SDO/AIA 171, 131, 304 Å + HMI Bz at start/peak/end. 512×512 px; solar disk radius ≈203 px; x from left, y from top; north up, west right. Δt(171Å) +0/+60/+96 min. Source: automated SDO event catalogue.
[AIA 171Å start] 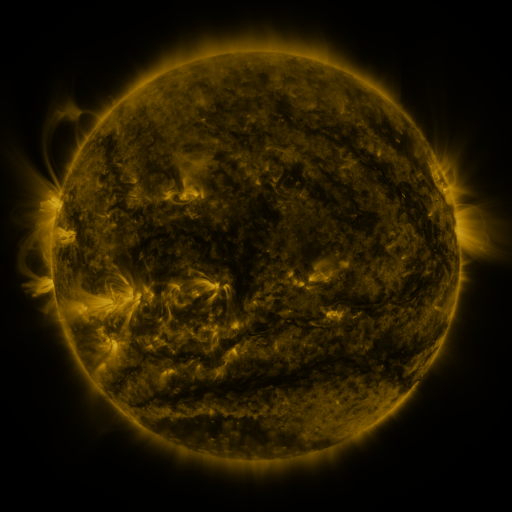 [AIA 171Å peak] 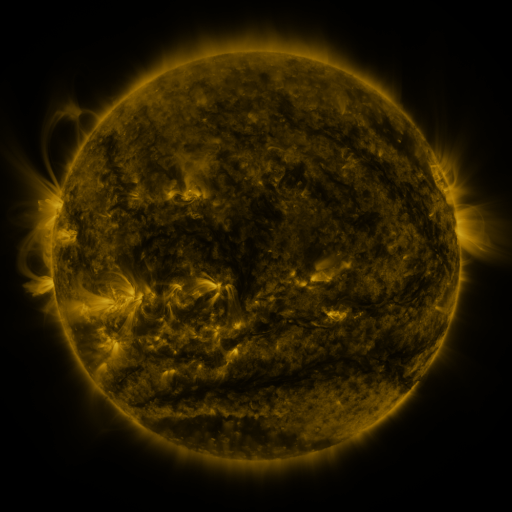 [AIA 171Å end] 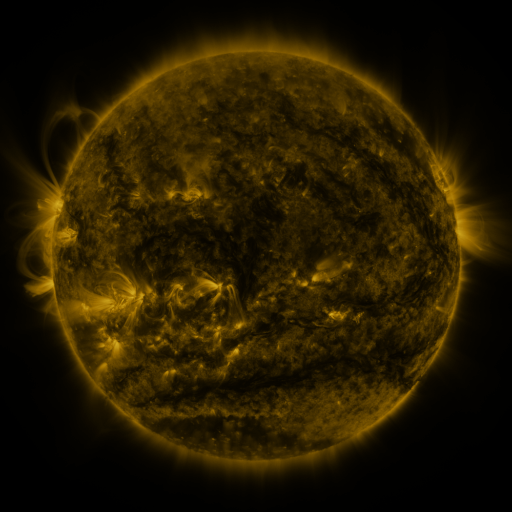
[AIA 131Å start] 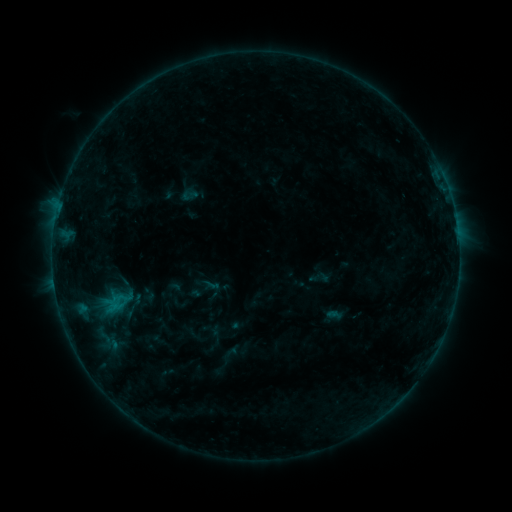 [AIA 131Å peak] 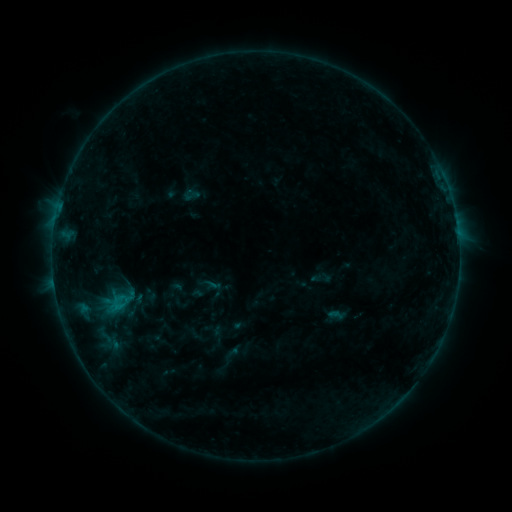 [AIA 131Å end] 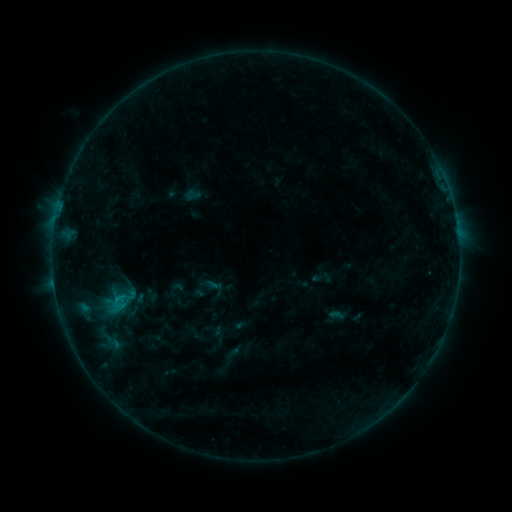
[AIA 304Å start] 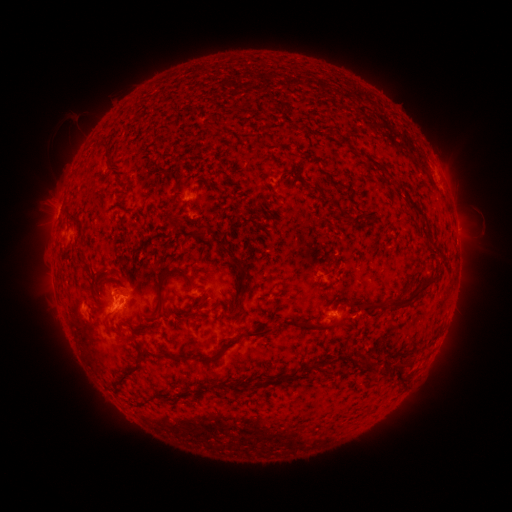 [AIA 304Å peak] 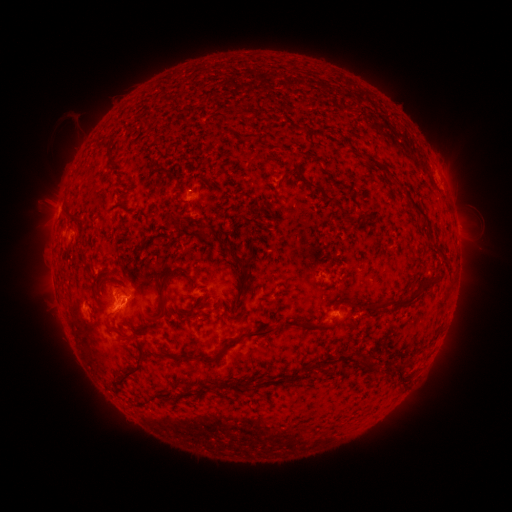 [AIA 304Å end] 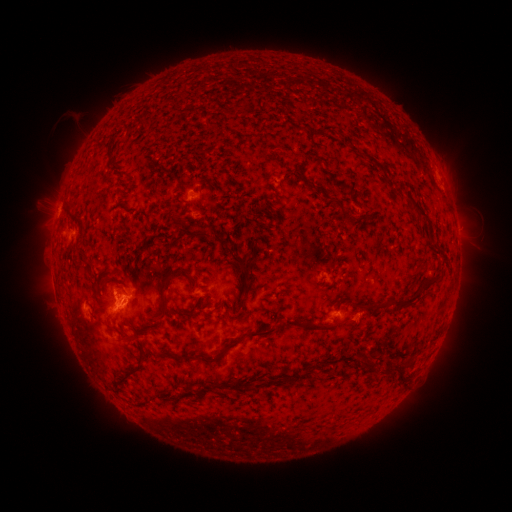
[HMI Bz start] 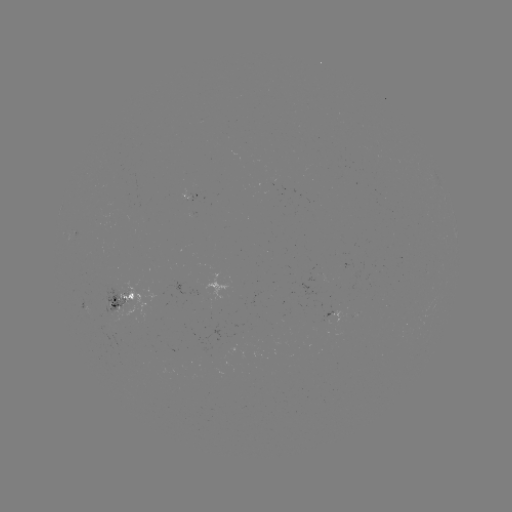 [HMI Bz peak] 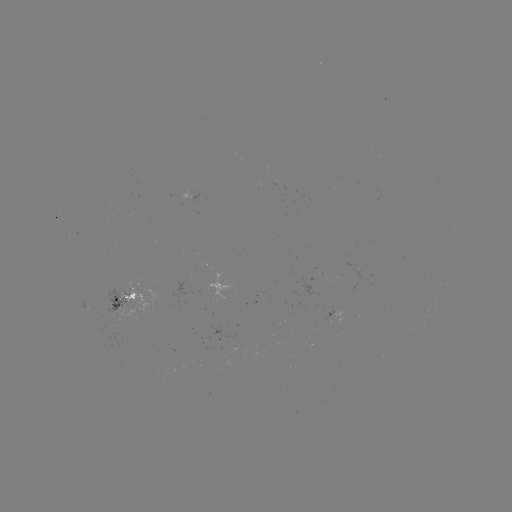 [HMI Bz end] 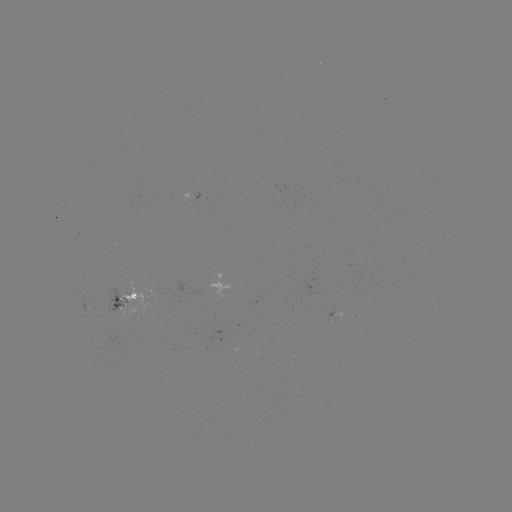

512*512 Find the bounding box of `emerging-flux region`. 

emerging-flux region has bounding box [97, 286, 130, 313].